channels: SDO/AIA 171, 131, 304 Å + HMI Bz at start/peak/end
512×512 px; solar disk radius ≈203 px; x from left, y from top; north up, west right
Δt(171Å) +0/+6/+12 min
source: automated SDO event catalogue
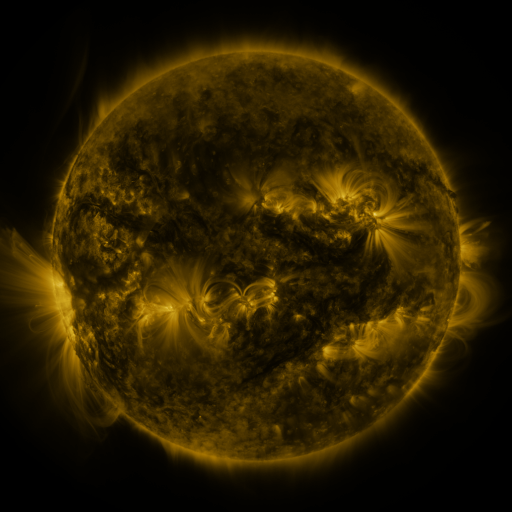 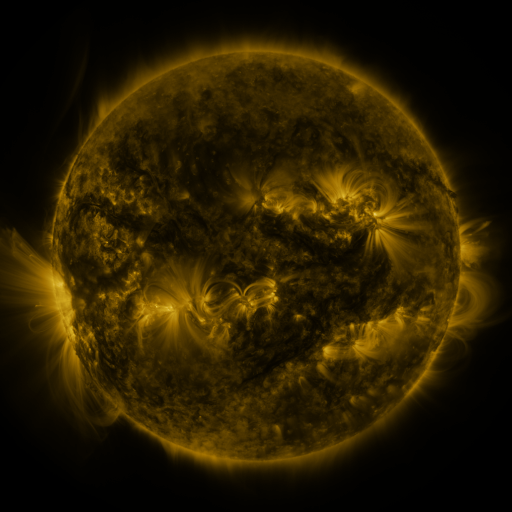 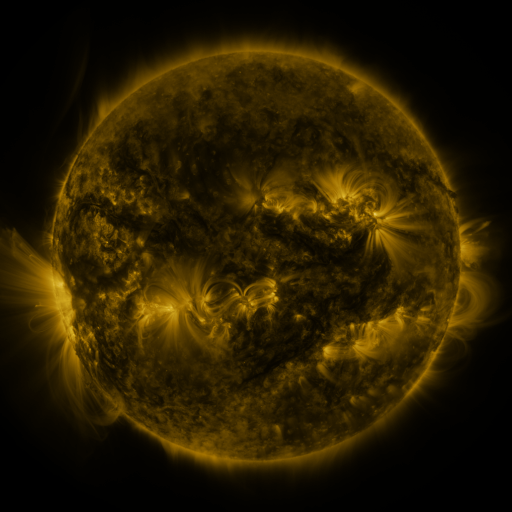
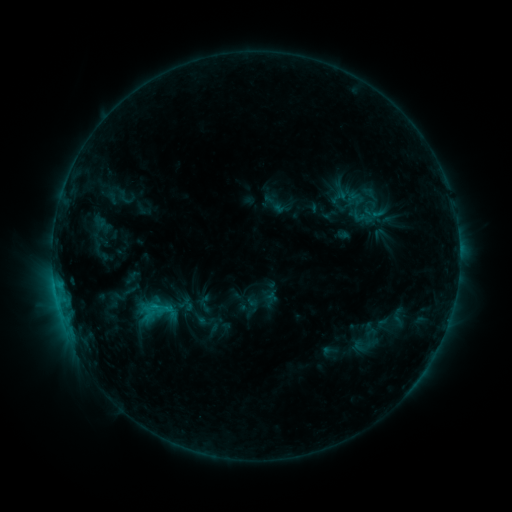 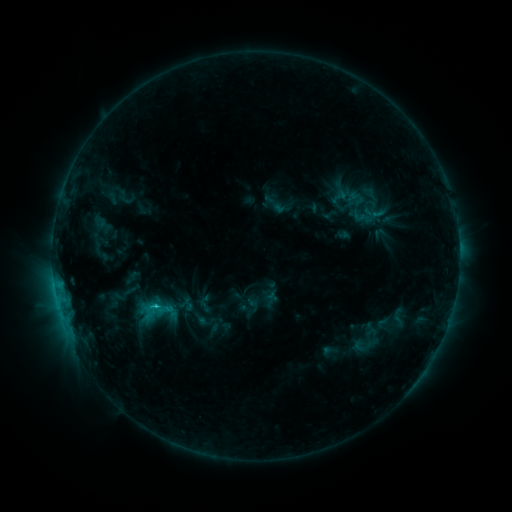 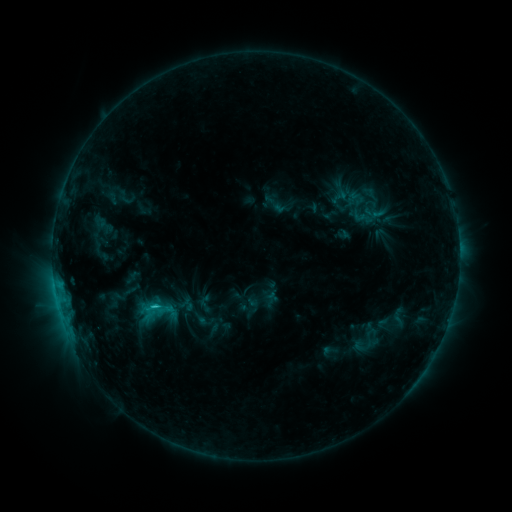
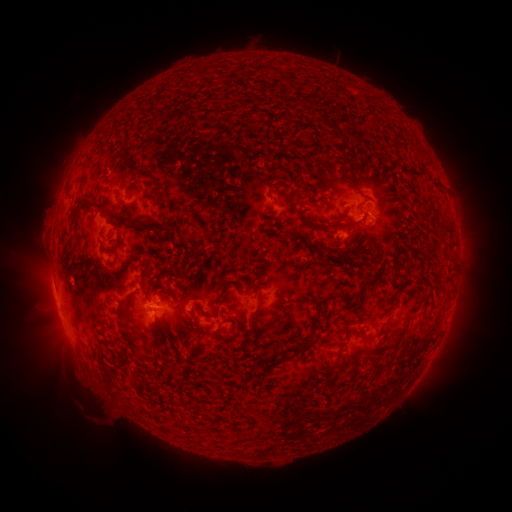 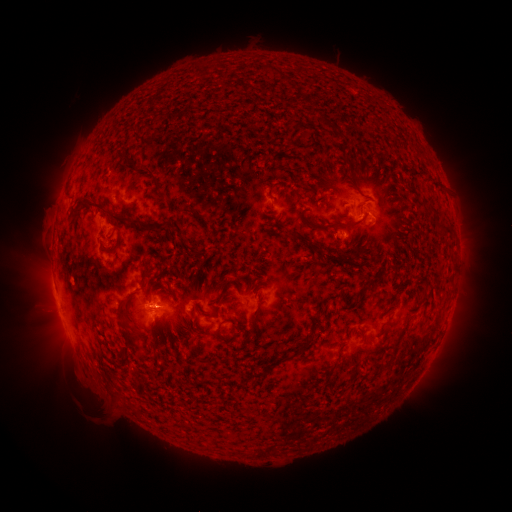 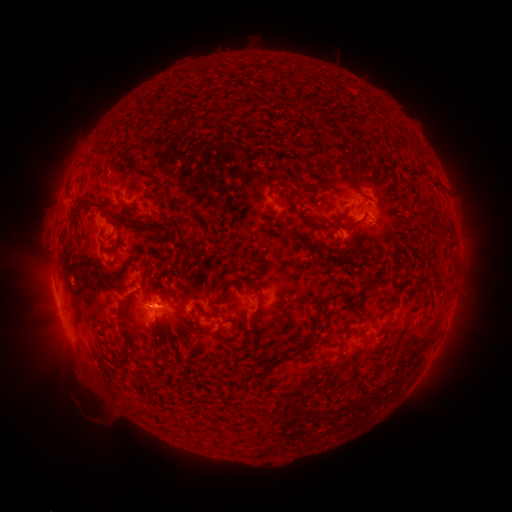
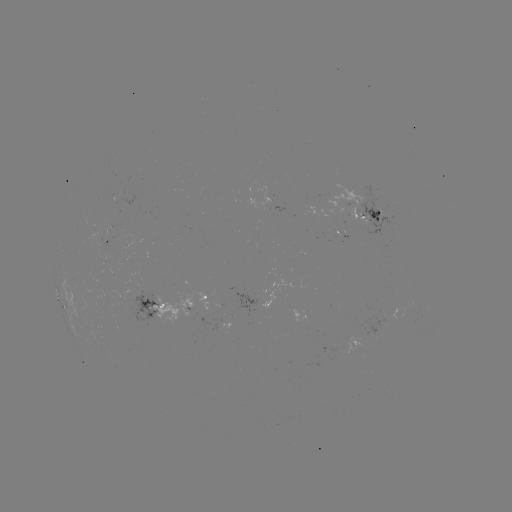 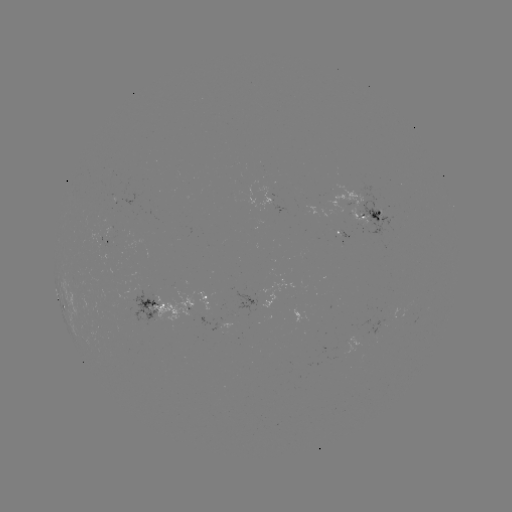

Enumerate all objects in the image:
C1.5 flare: (155, 304)
